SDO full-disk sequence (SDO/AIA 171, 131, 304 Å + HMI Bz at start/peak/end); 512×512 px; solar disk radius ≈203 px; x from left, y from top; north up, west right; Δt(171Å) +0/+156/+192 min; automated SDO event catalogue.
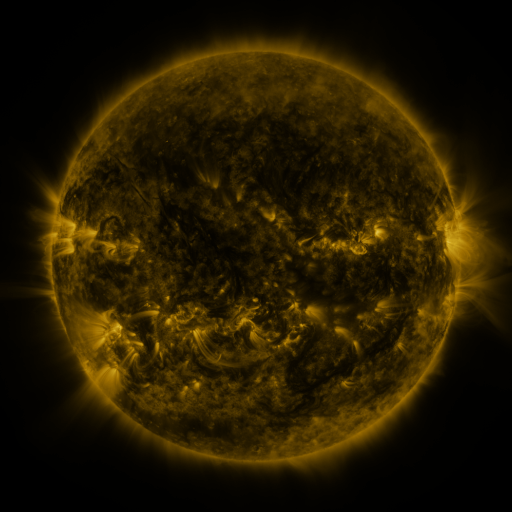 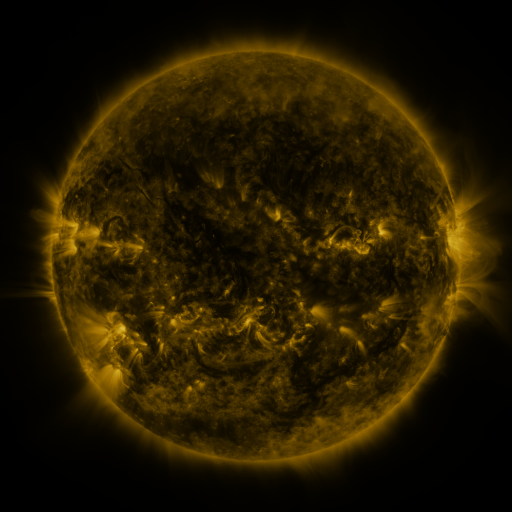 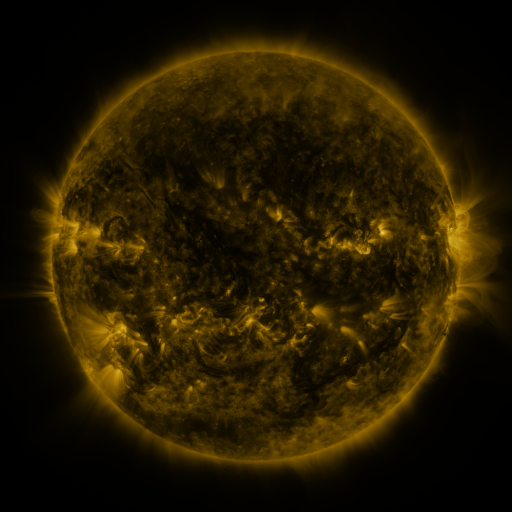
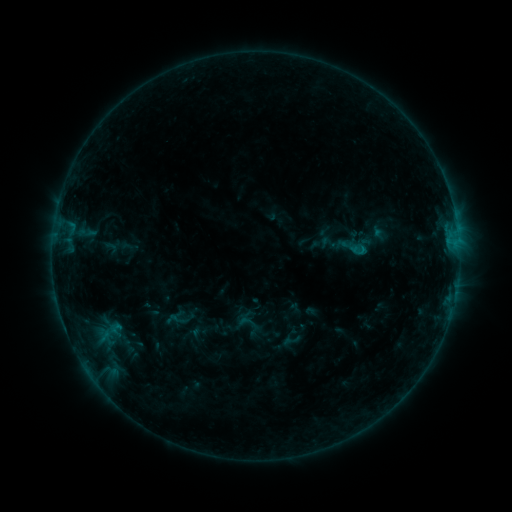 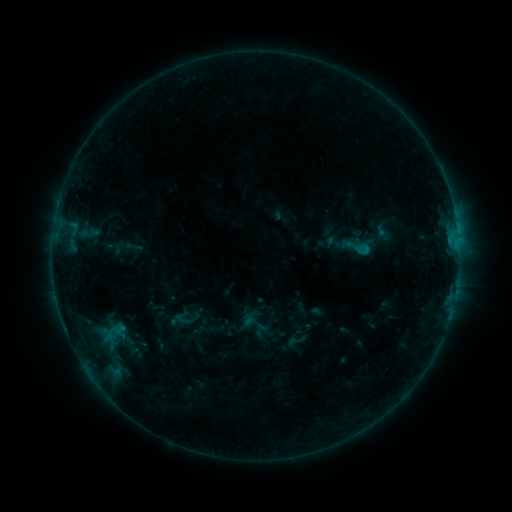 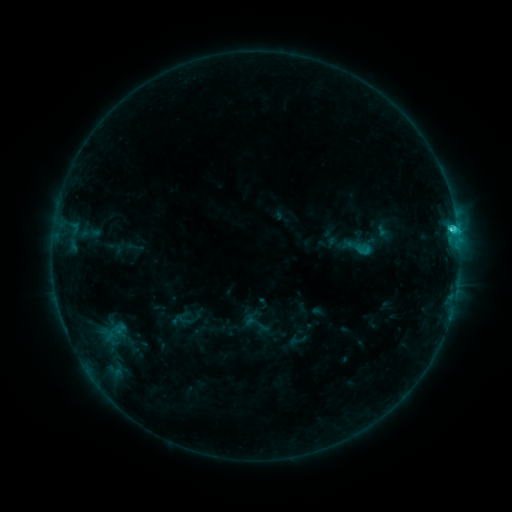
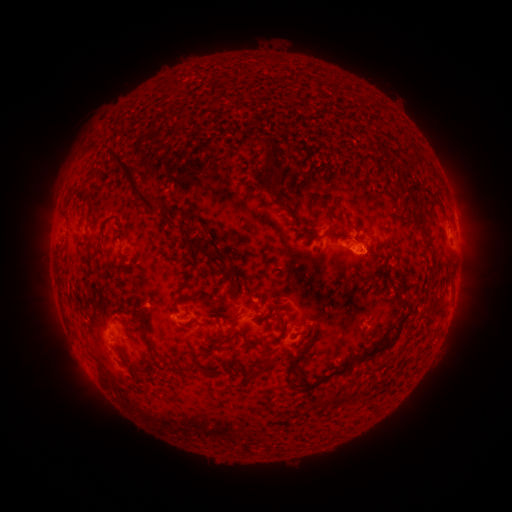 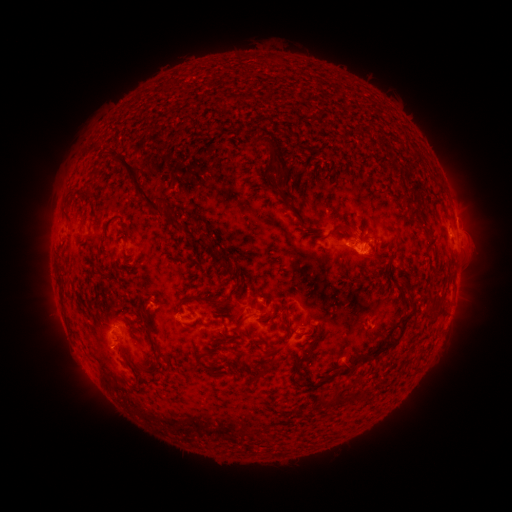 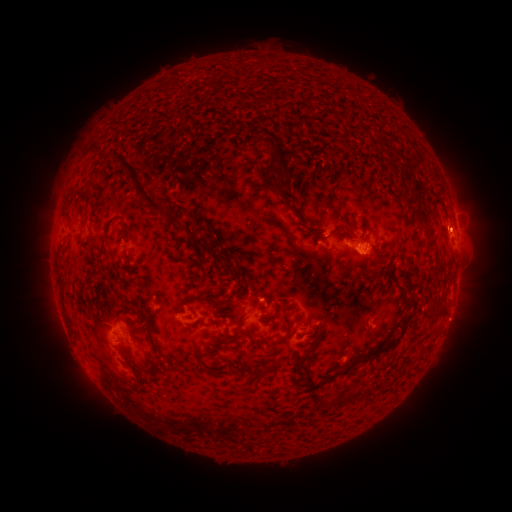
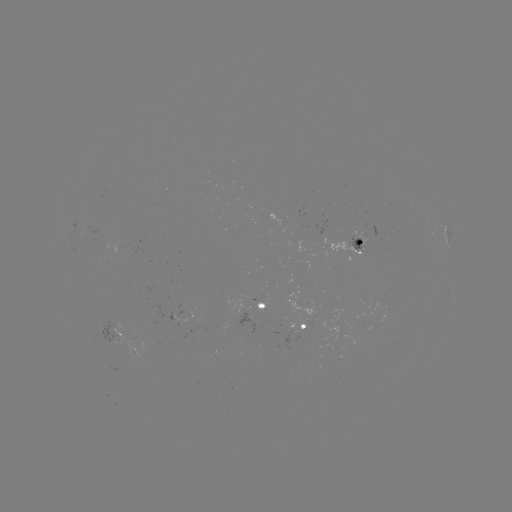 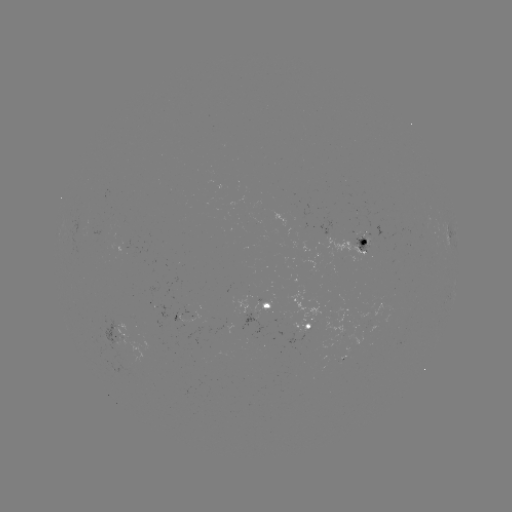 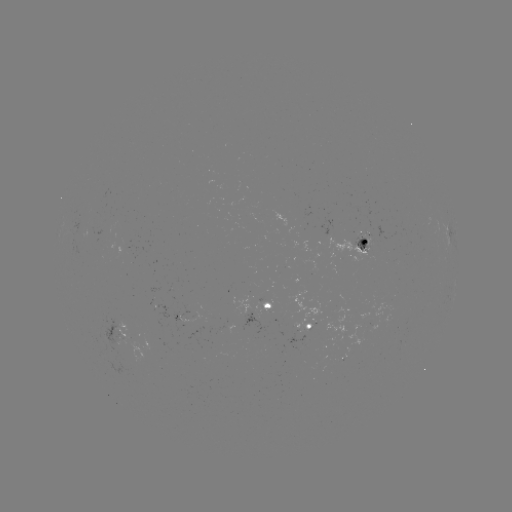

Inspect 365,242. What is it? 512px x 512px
emerging-flux region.